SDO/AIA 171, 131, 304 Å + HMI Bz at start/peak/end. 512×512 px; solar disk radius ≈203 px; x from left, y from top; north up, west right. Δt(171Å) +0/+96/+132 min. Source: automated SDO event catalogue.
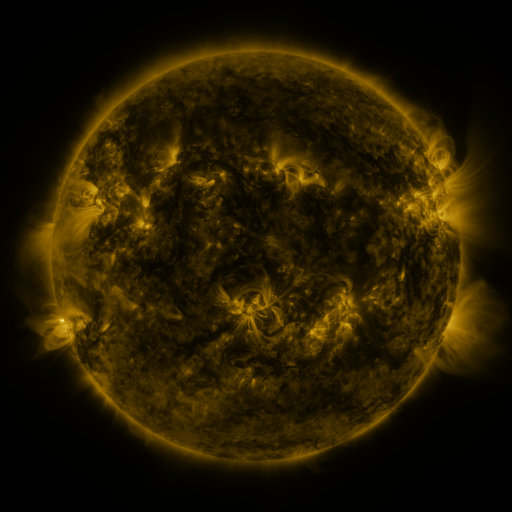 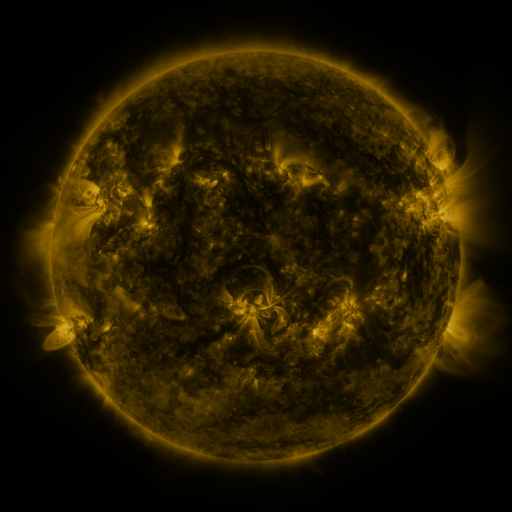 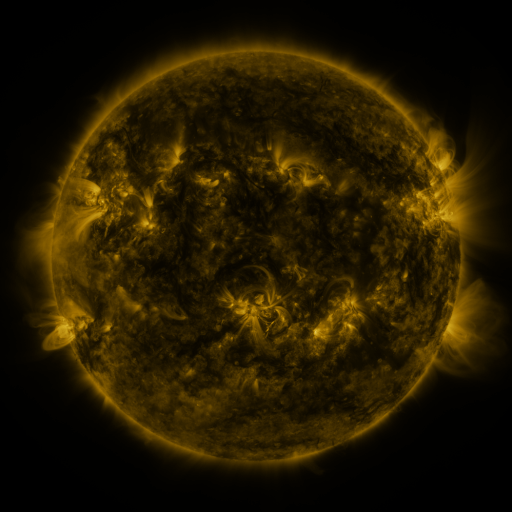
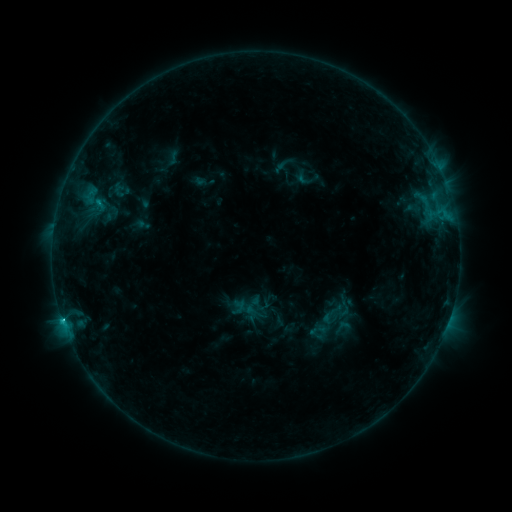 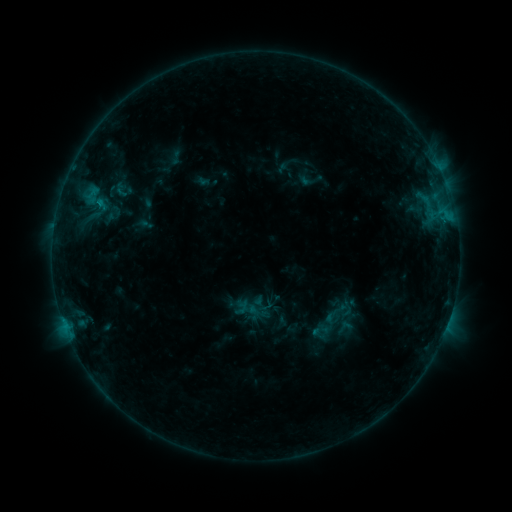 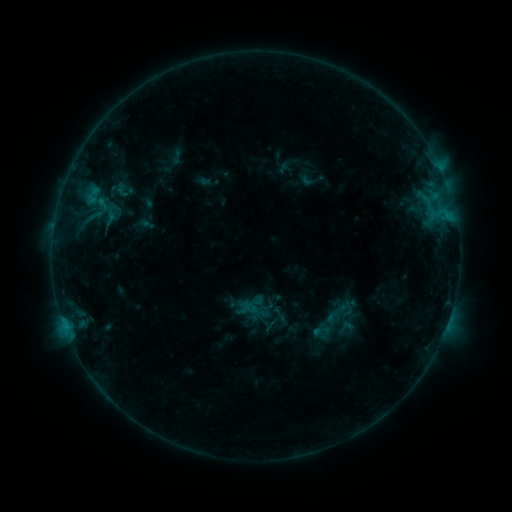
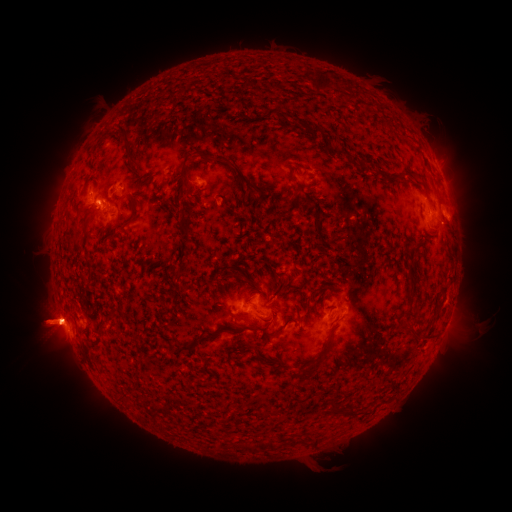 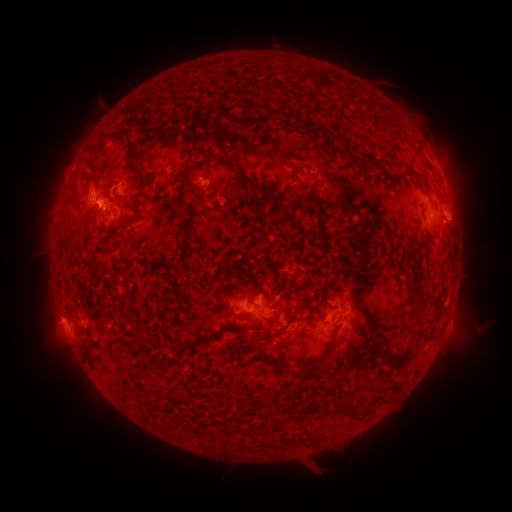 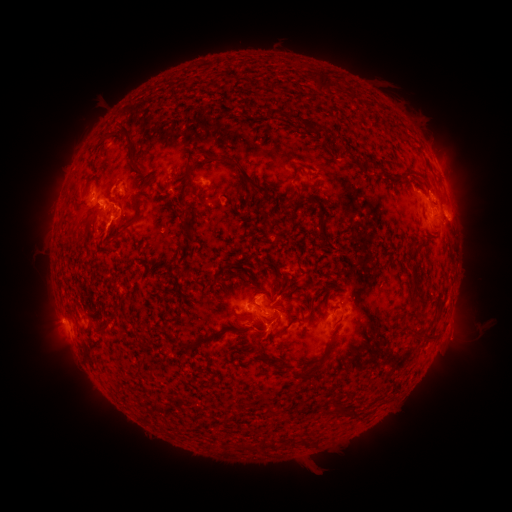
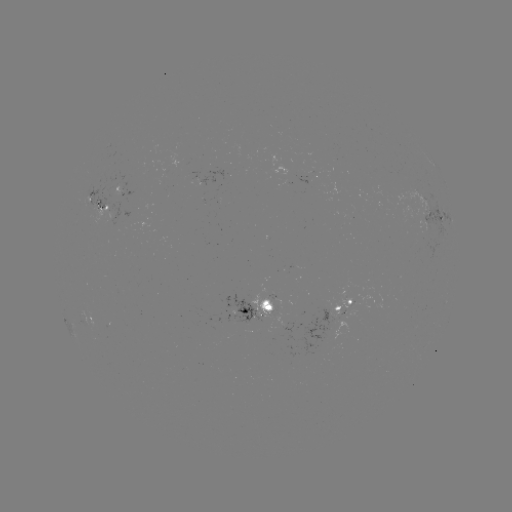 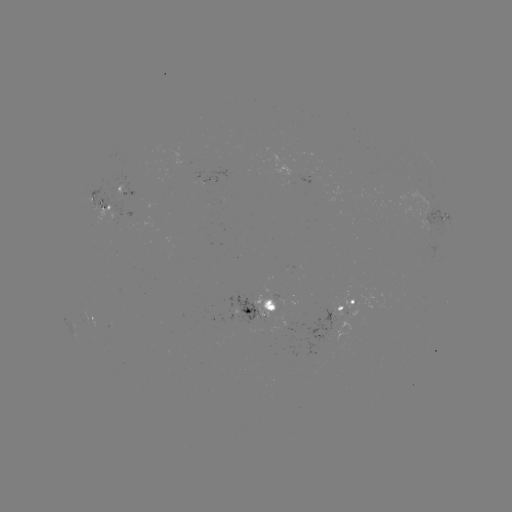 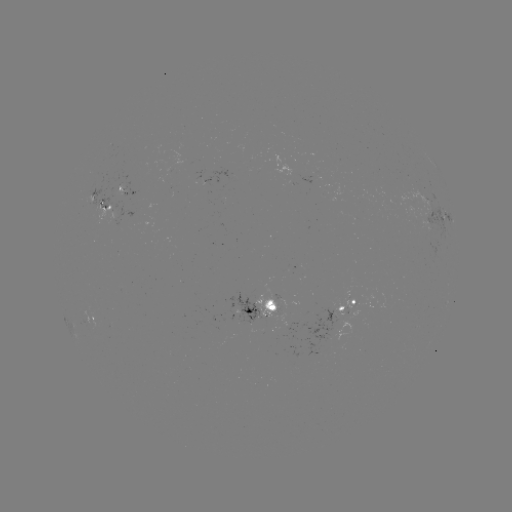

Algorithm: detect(emerging-flux region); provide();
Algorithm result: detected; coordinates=(260, 301)